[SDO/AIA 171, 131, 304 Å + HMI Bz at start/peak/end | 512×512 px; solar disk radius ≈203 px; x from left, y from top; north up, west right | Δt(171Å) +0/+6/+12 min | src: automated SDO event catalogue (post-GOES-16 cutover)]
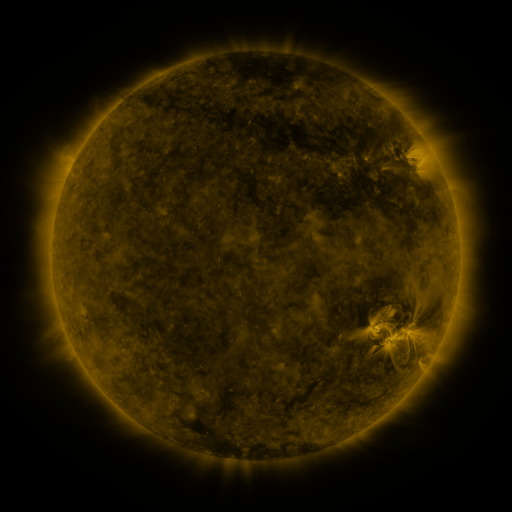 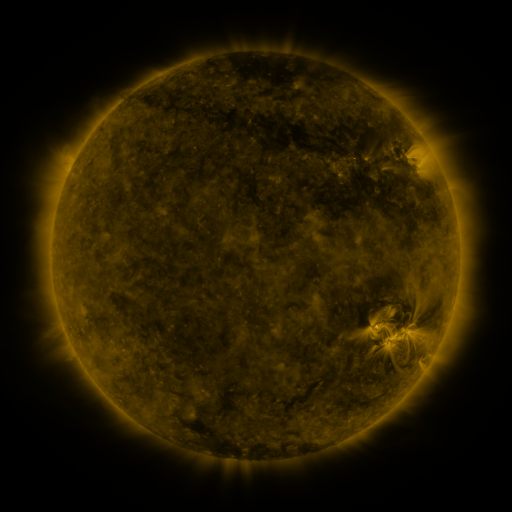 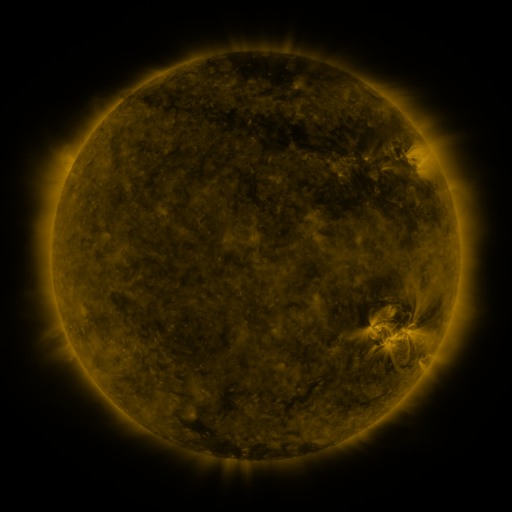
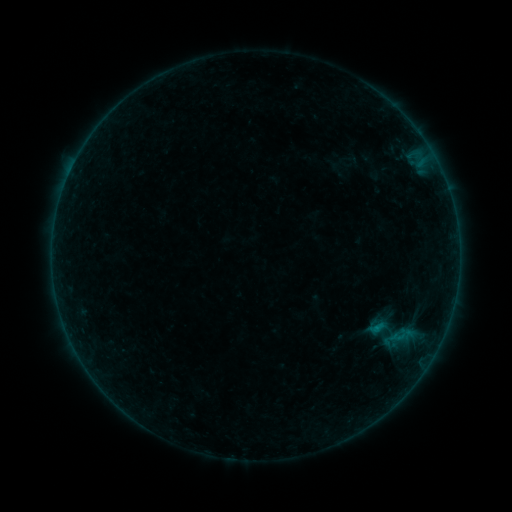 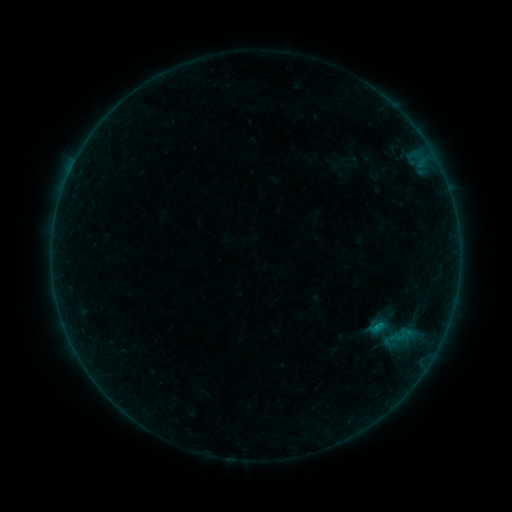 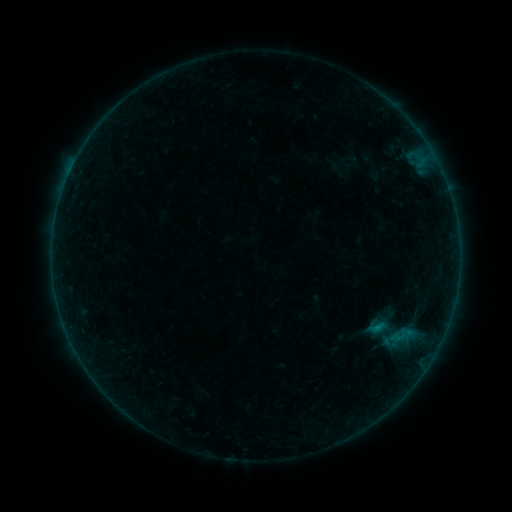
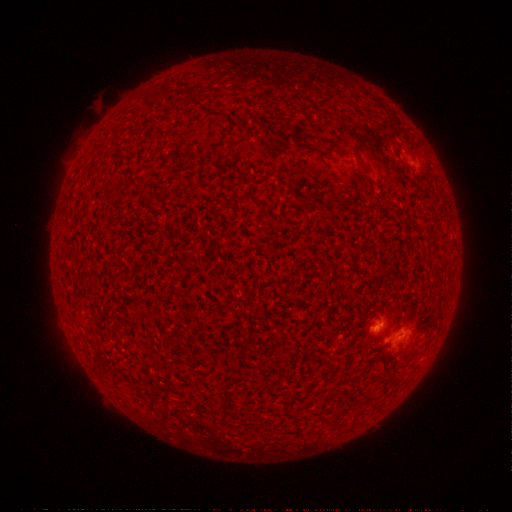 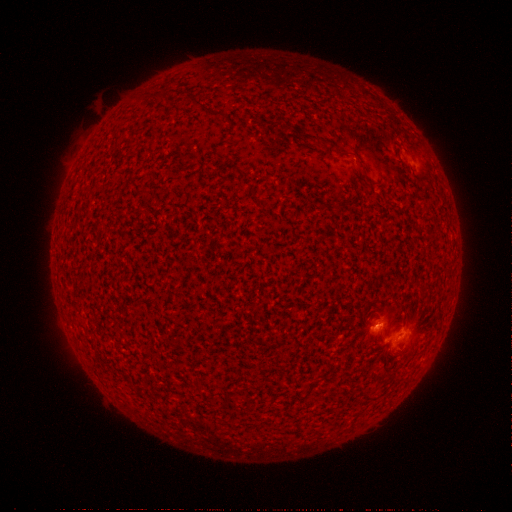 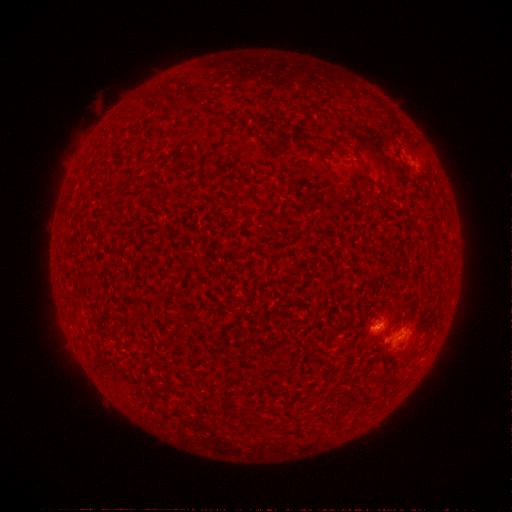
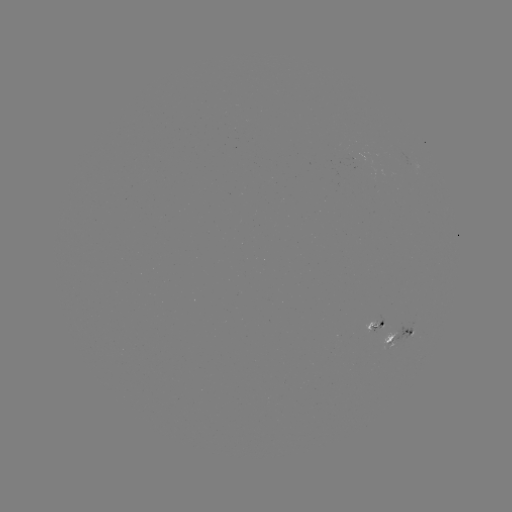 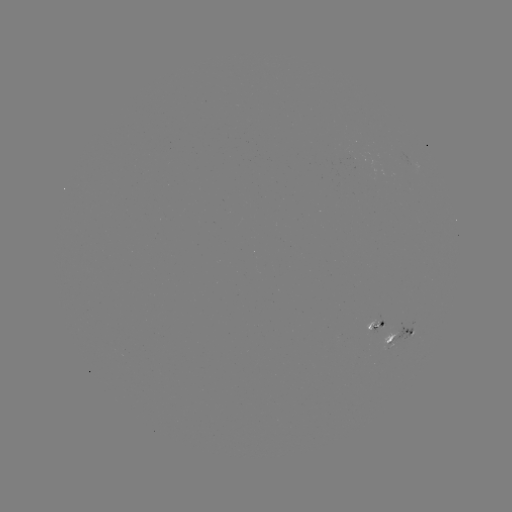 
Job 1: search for B3.2 flare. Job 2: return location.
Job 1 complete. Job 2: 373,324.